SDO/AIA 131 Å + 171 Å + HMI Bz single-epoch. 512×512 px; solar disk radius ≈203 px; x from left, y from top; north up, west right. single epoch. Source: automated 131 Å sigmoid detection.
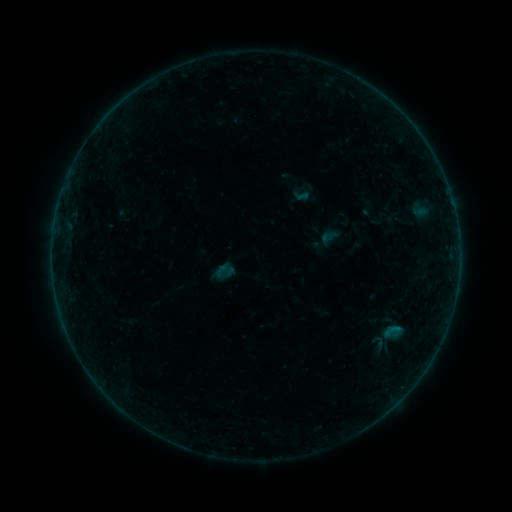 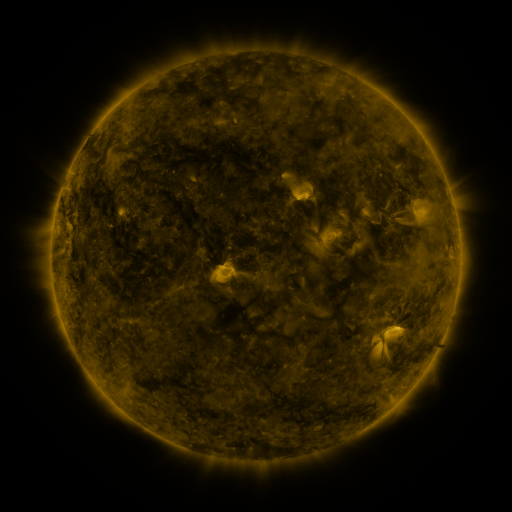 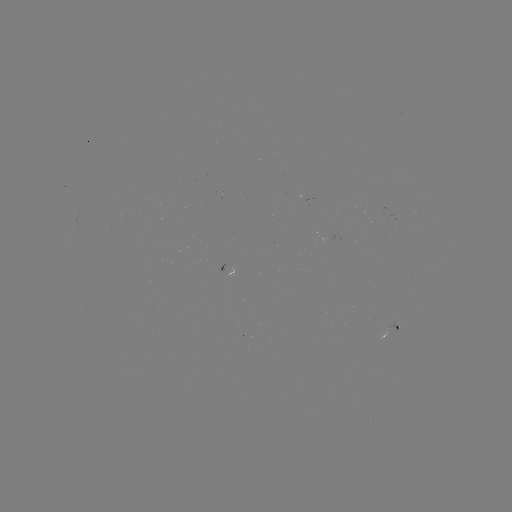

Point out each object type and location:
sigmoid: (392, 331)
